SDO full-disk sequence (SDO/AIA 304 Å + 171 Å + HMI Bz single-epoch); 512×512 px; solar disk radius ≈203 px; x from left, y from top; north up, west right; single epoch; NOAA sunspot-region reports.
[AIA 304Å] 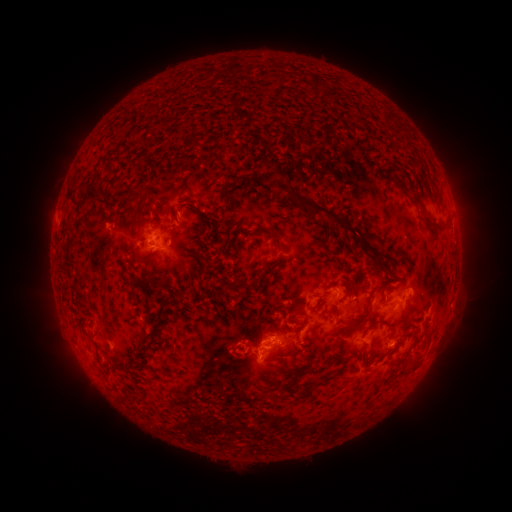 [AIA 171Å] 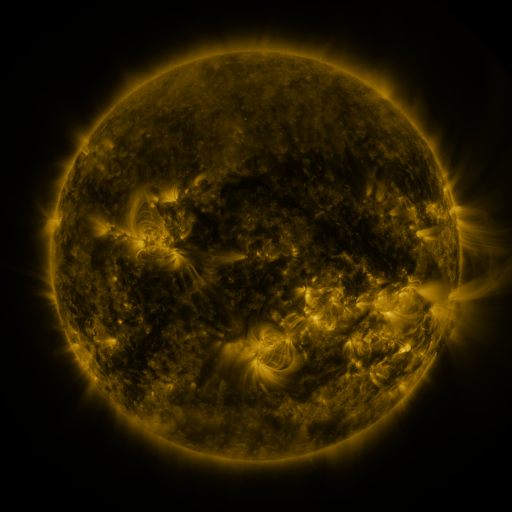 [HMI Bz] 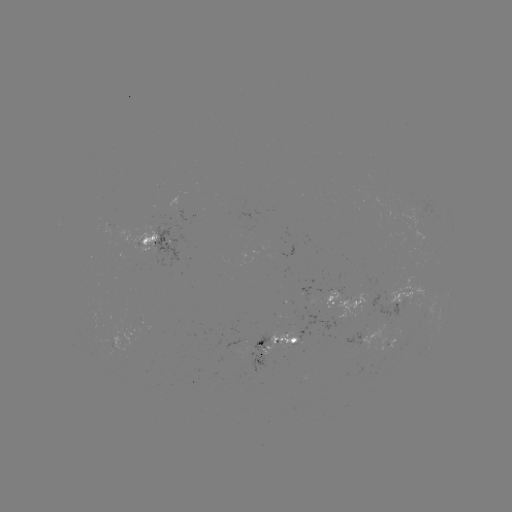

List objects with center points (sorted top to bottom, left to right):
spotted active region: (158, 243)
spotted active region: (403, 298)
spotted active region: (335, 300)
spotted active region: (279, 348)
